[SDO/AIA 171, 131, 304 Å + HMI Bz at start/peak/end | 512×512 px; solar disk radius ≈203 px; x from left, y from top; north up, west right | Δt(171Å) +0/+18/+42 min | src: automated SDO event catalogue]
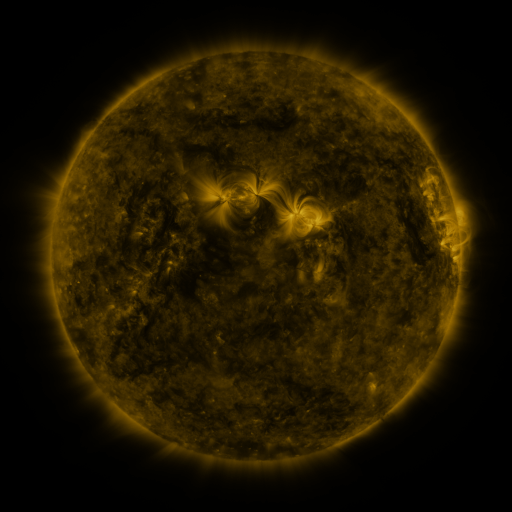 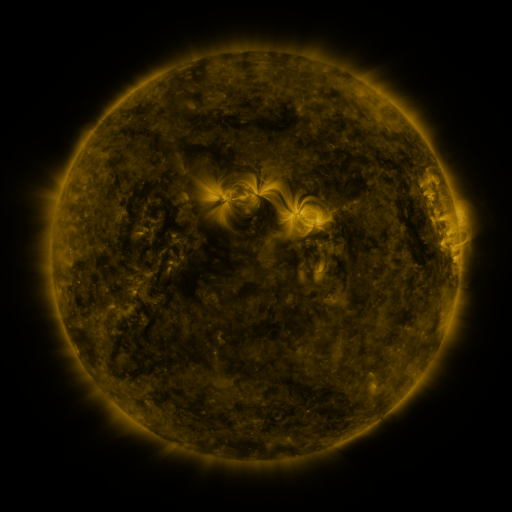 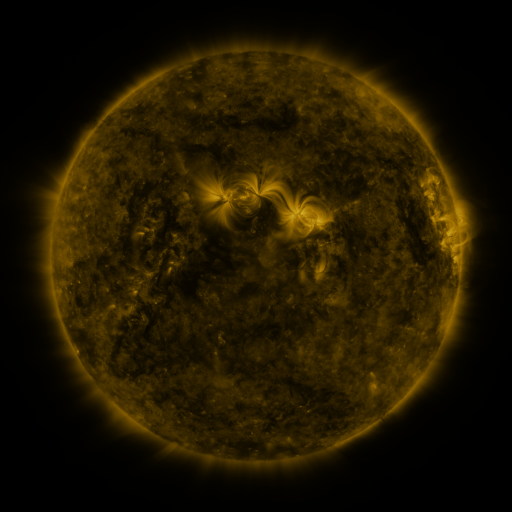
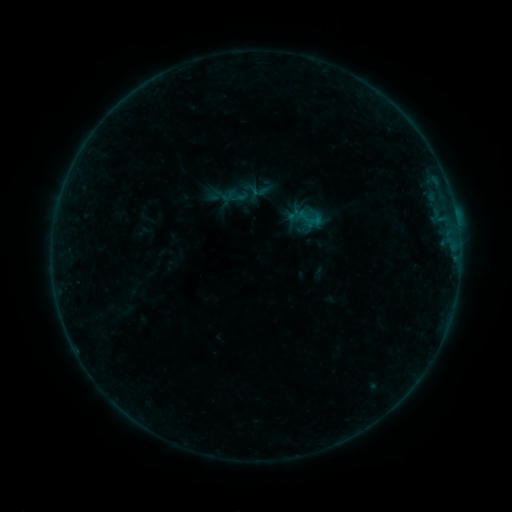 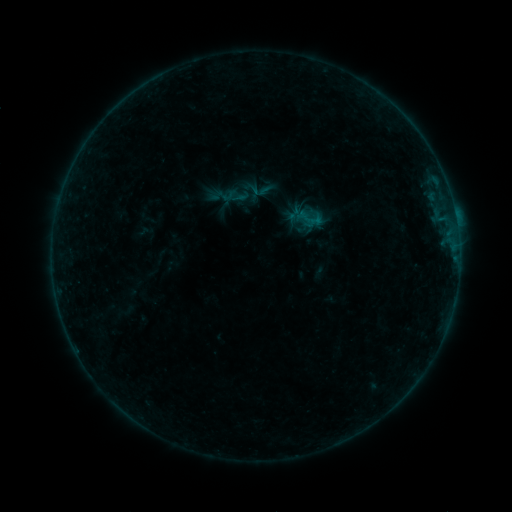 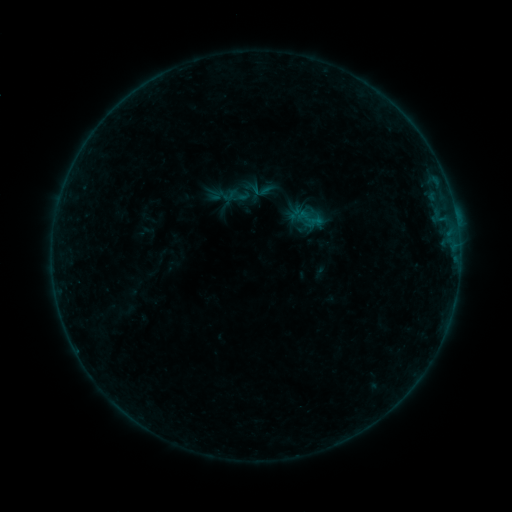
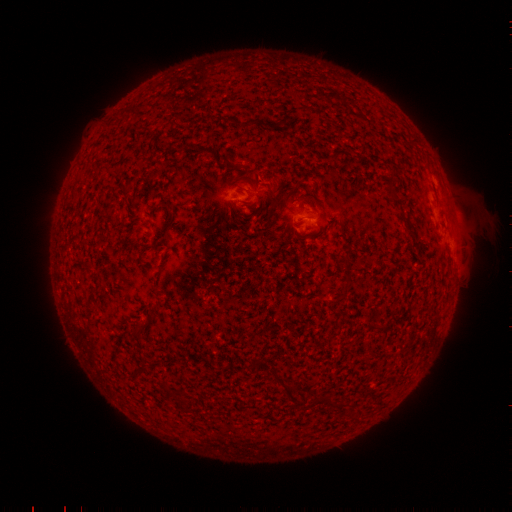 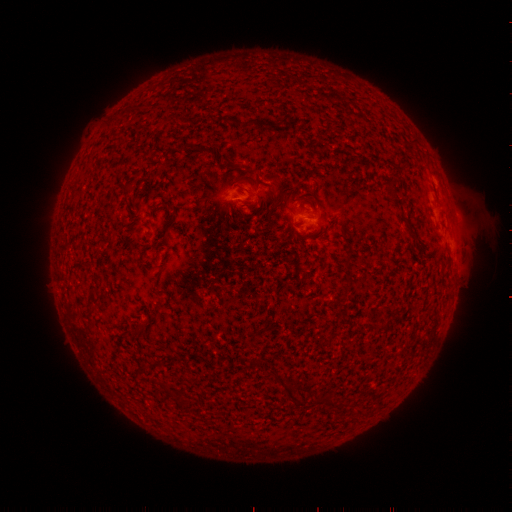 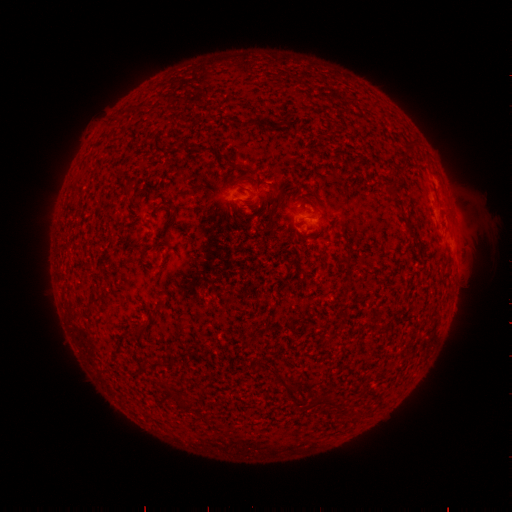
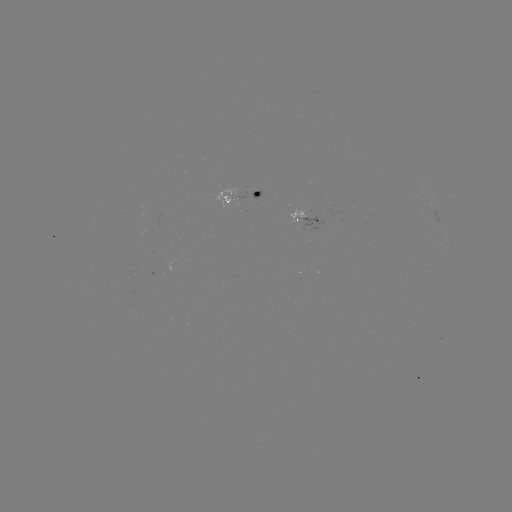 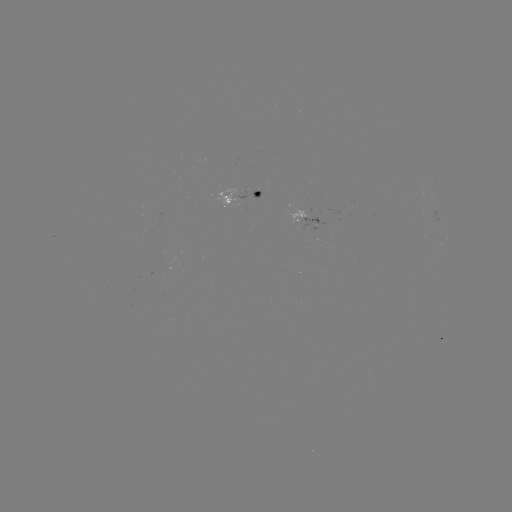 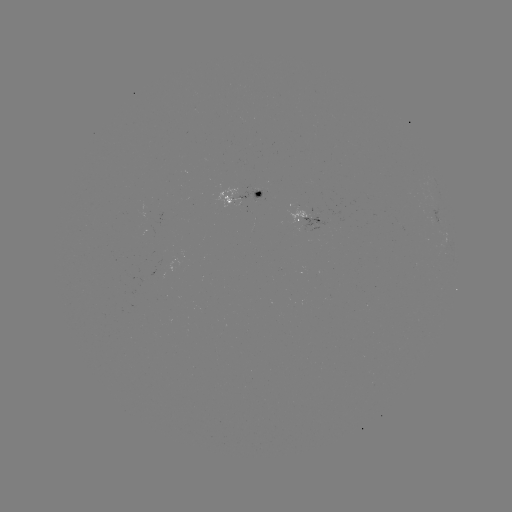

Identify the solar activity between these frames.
no catalogued flare and no flagged EUV brightening in this window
